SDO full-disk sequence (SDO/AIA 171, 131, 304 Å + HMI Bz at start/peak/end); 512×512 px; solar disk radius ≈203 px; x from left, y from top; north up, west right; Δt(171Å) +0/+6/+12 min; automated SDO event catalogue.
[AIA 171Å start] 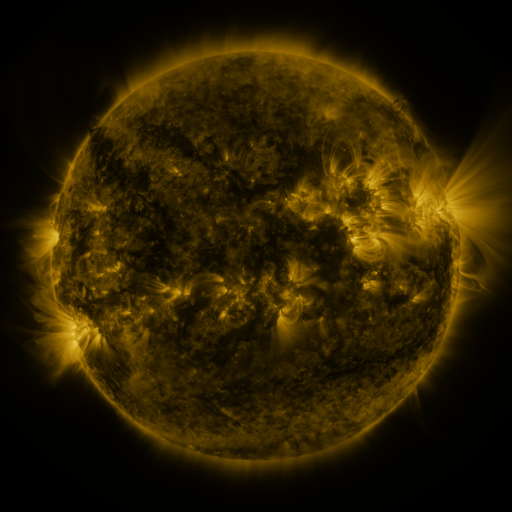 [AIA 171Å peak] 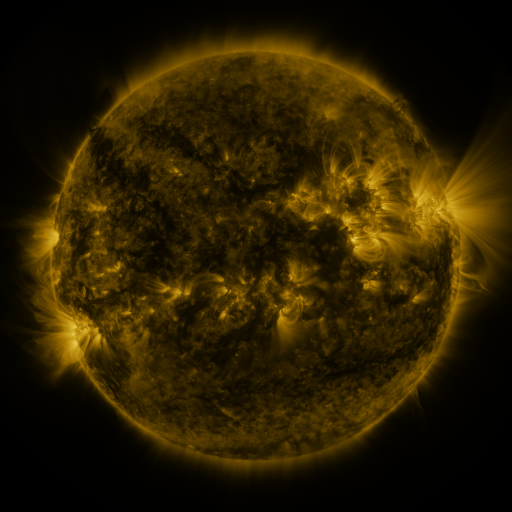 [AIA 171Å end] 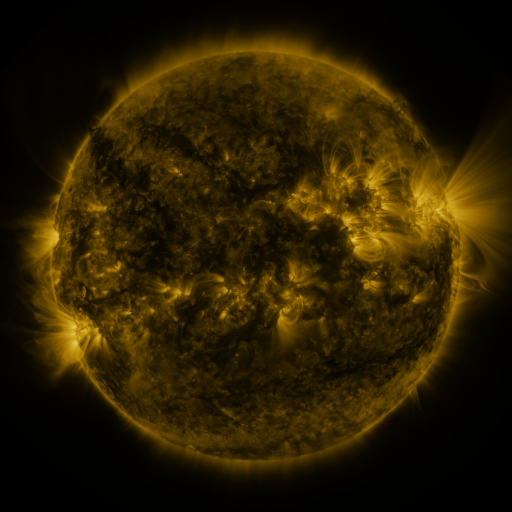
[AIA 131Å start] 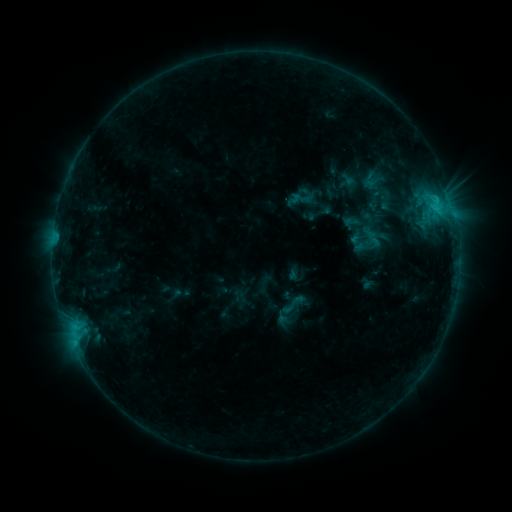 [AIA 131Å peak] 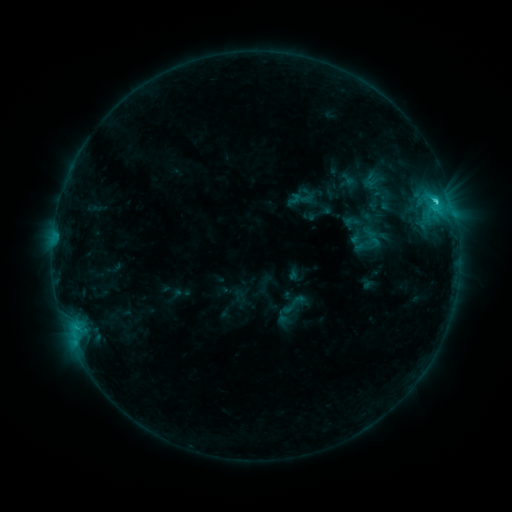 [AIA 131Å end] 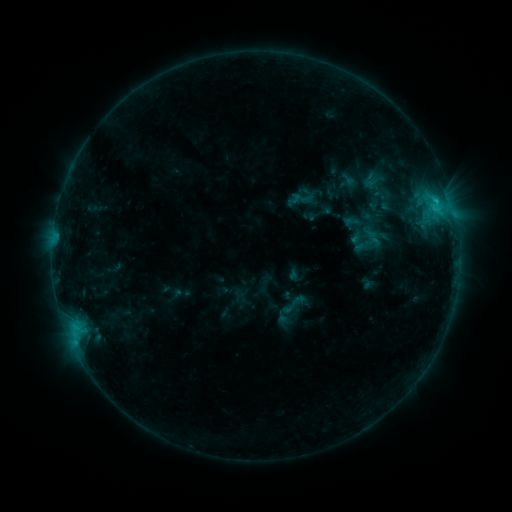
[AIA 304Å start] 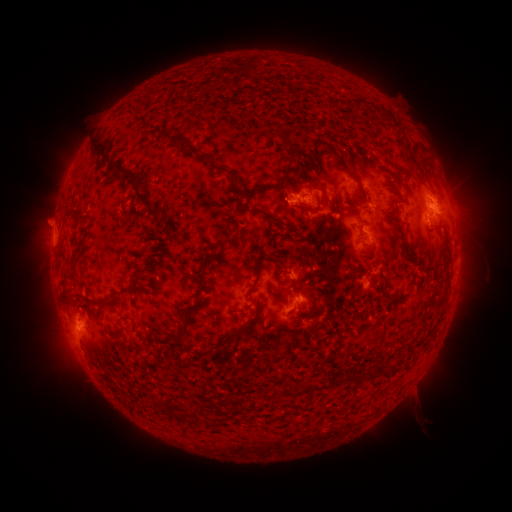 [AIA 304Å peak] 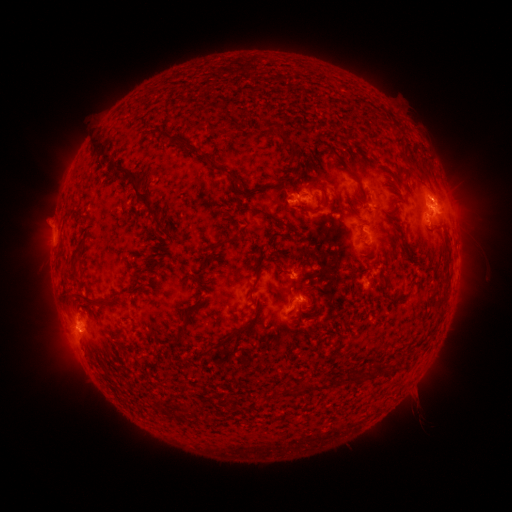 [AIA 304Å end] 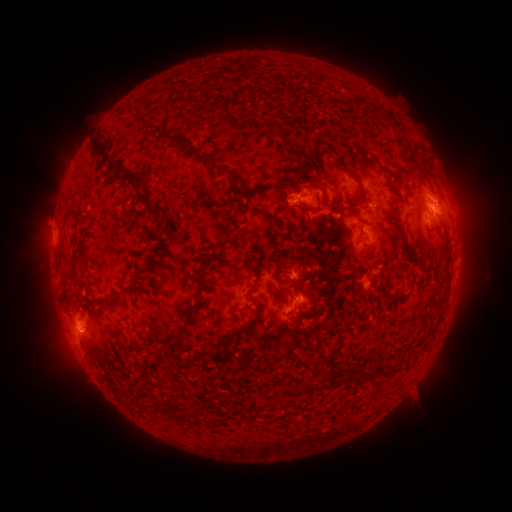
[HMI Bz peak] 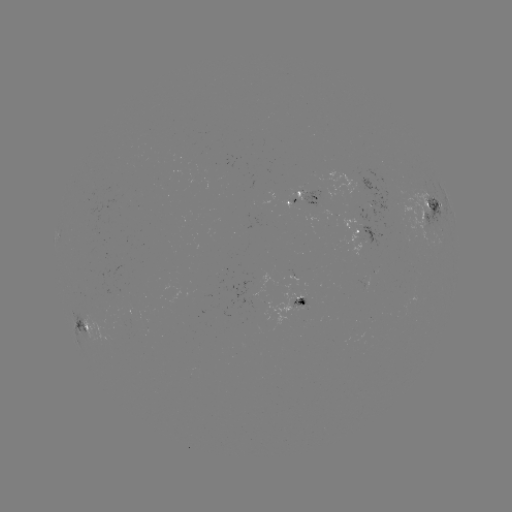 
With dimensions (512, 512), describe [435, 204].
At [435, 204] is C1.8 flare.